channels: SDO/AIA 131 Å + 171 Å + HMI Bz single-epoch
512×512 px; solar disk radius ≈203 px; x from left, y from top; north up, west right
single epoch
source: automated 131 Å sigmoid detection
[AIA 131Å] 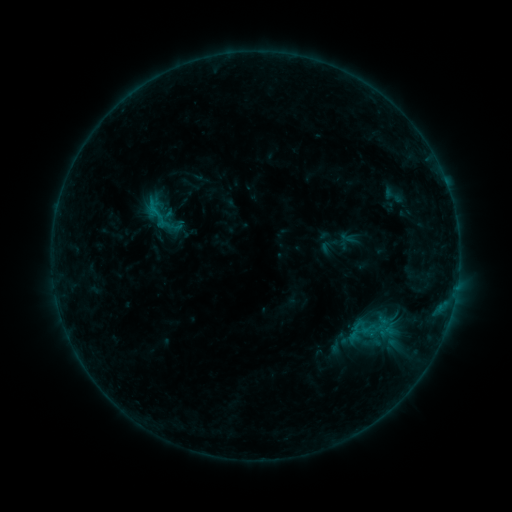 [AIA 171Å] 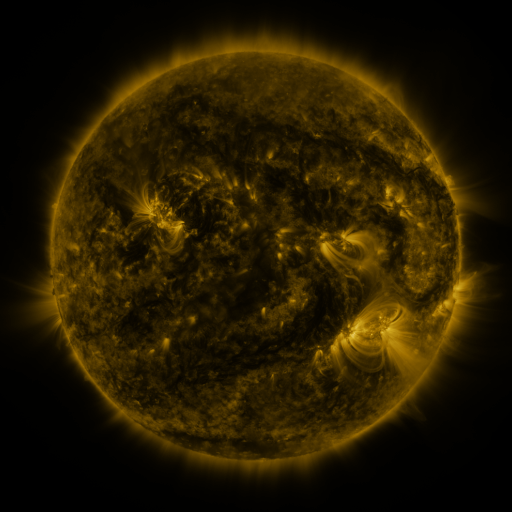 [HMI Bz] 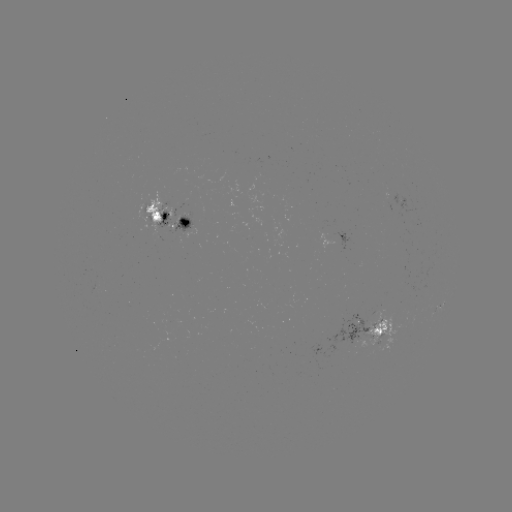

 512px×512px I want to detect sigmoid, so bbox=[139, 195, 172, 229].